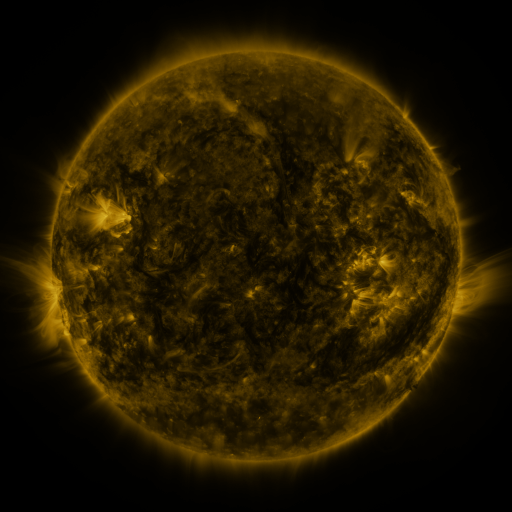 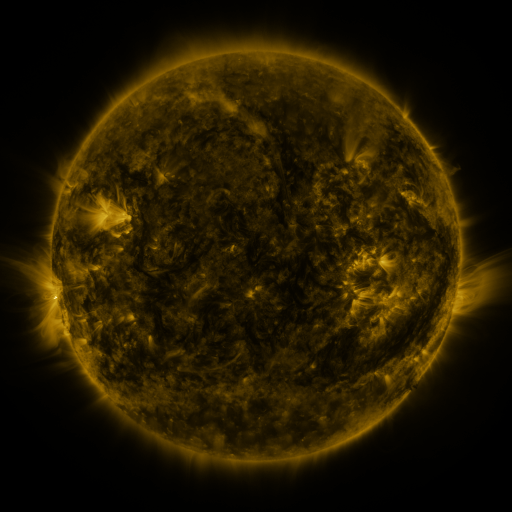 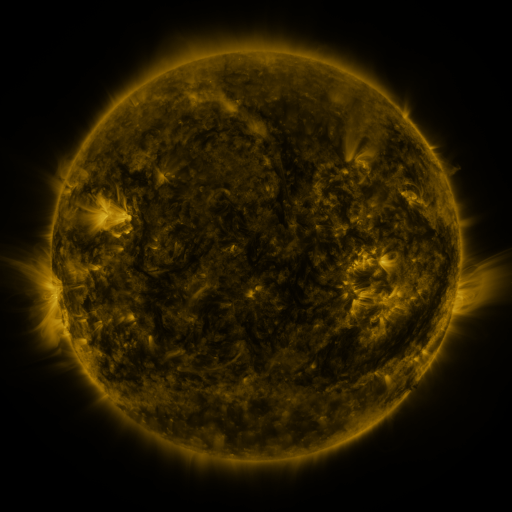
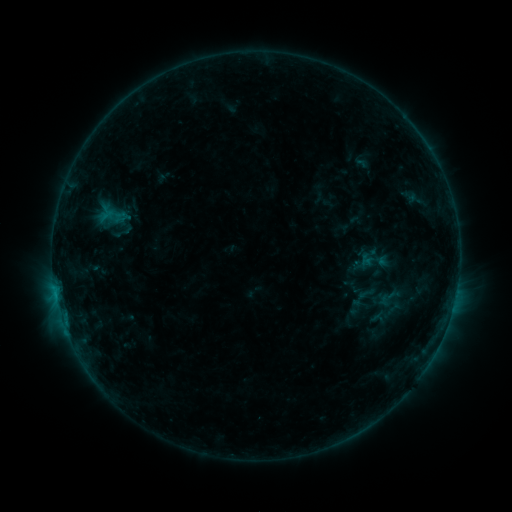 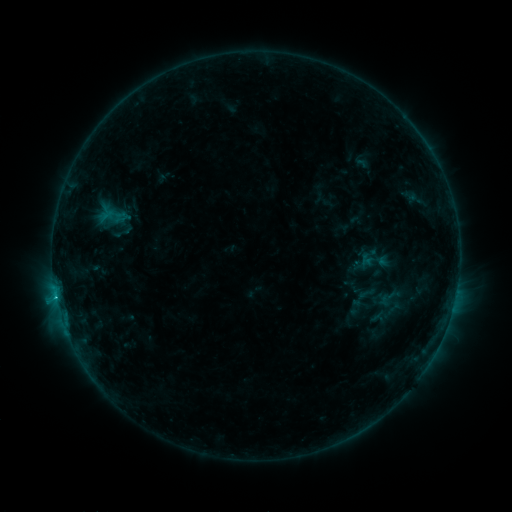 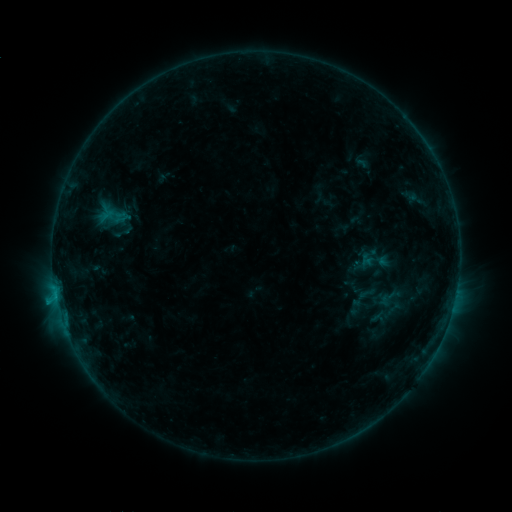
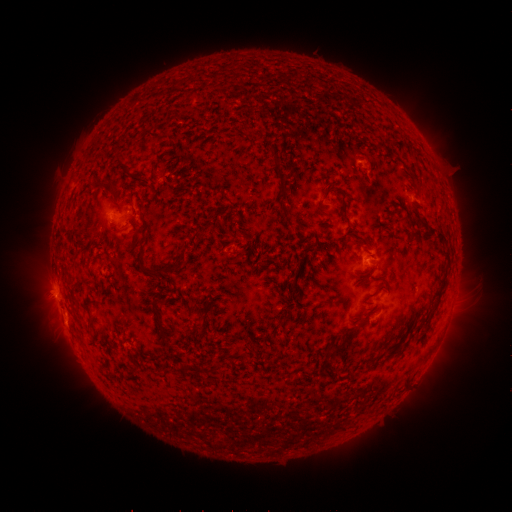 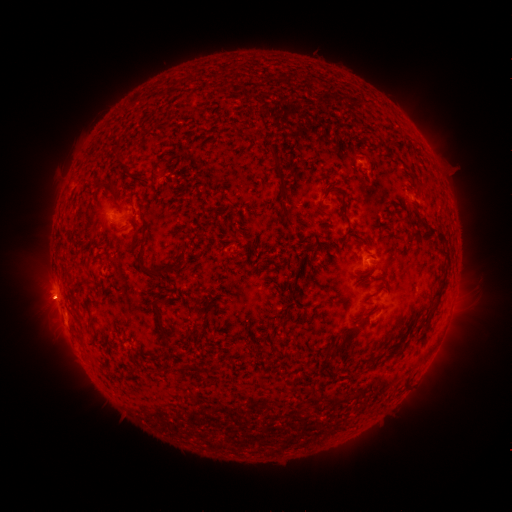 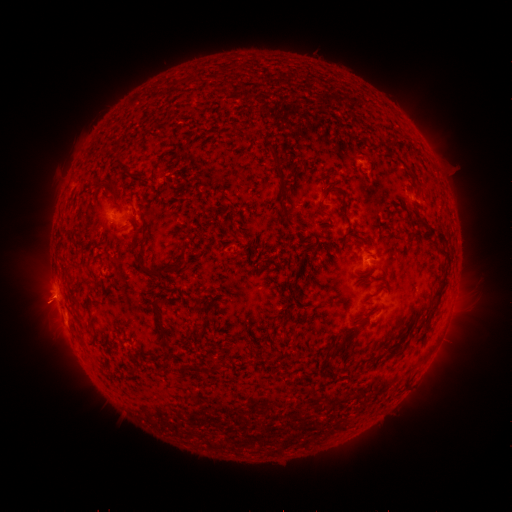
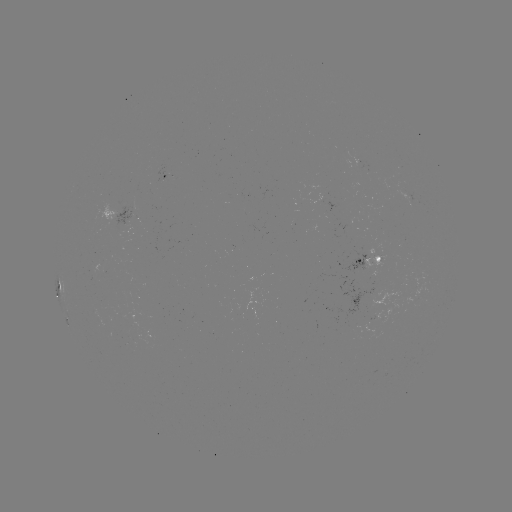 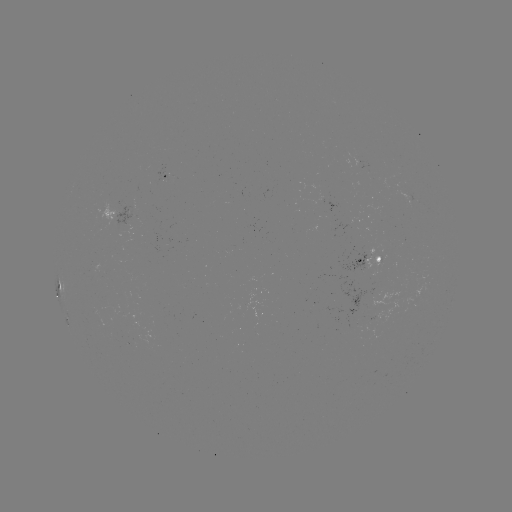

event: flare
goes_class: C1.0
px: (56, 294)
